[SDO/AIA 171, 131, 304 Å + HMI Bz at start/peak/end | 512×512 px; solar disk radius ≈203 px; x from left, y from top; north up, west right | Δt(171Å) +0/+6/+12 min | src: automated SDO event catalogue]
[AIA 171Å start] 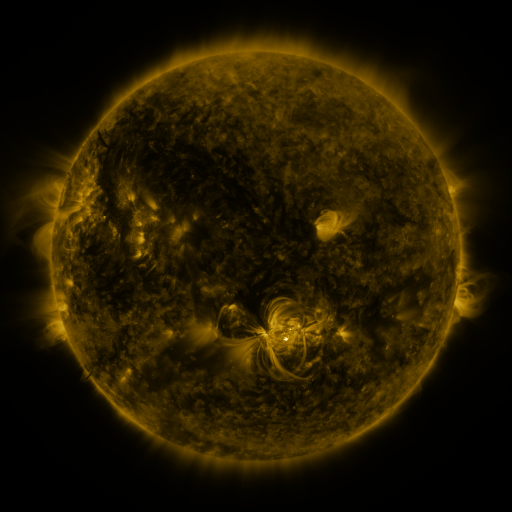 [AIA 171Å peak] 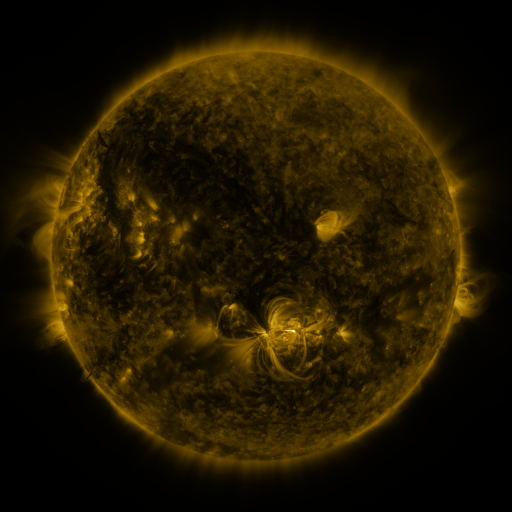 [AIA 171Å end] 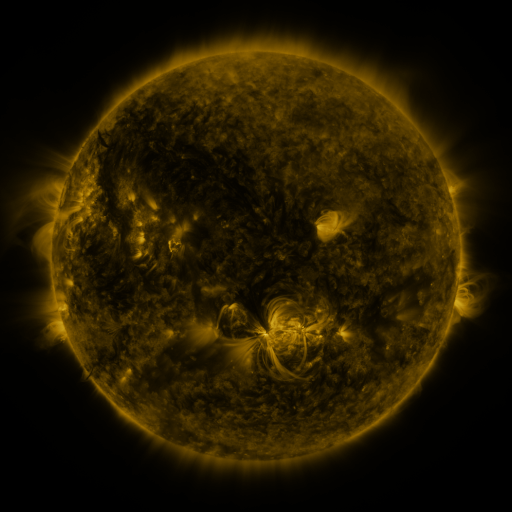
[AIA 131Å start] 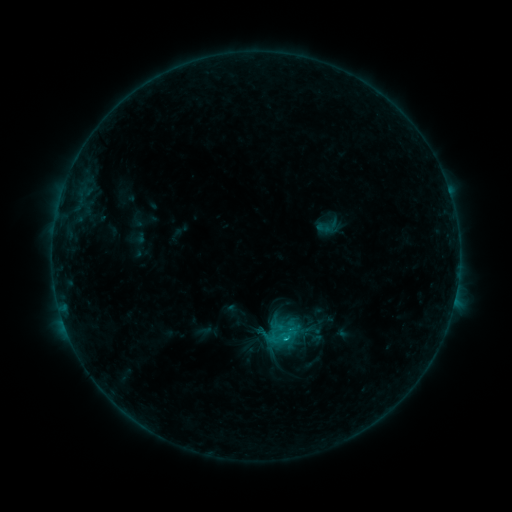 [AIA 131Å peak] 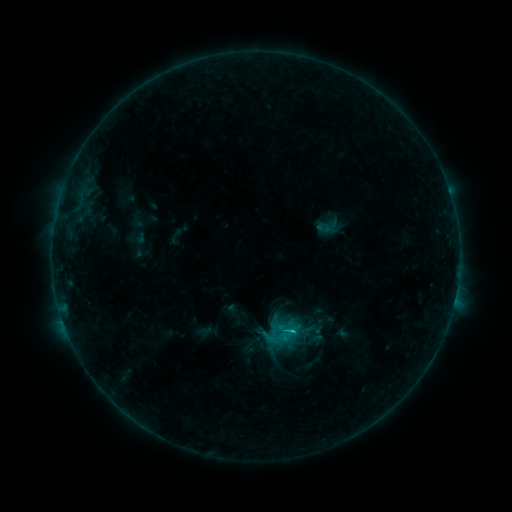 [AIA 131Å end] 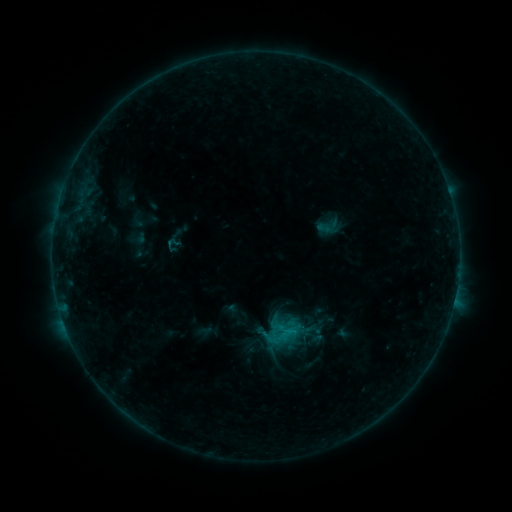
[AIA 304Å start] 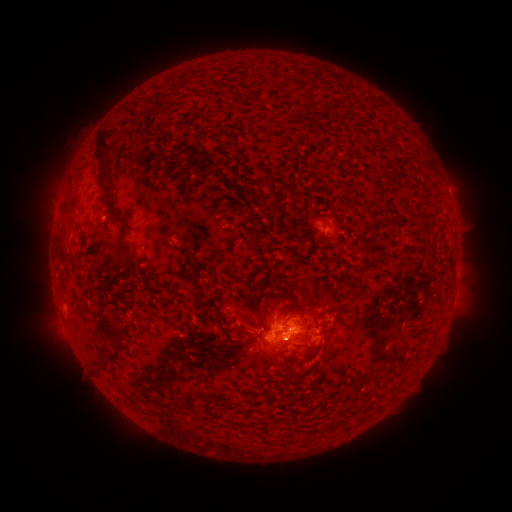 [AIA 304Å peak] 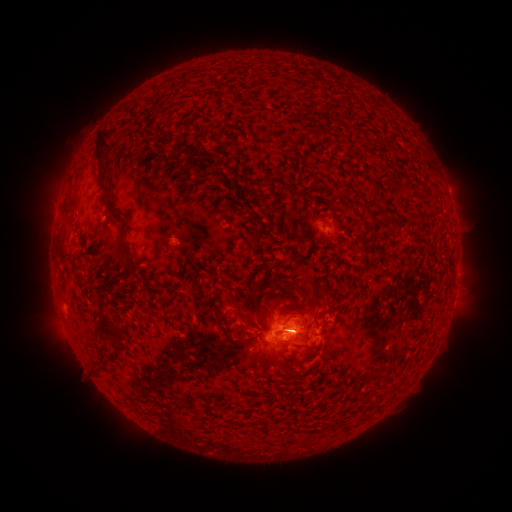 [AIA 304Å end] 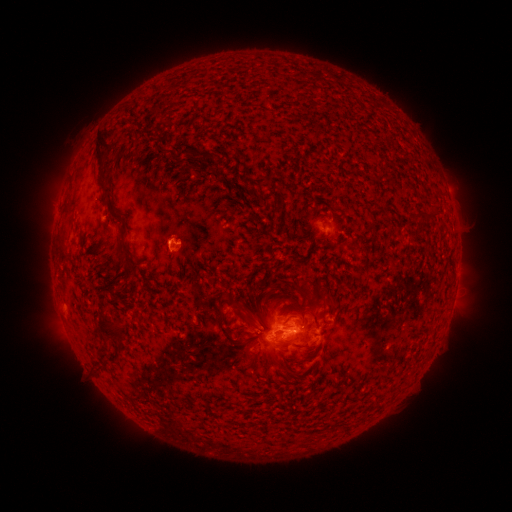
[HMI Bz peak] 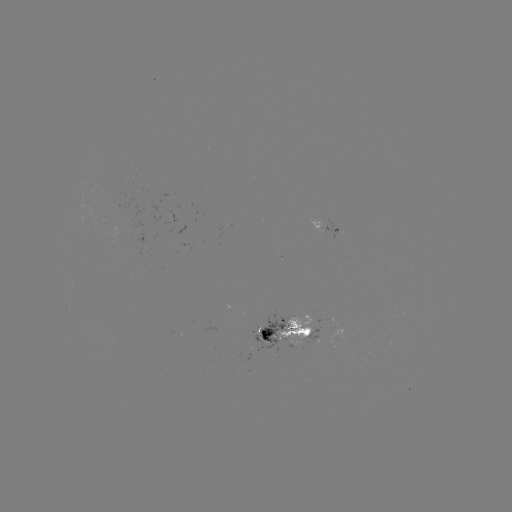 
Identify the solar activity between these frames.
C1.1 flare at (290, 328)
